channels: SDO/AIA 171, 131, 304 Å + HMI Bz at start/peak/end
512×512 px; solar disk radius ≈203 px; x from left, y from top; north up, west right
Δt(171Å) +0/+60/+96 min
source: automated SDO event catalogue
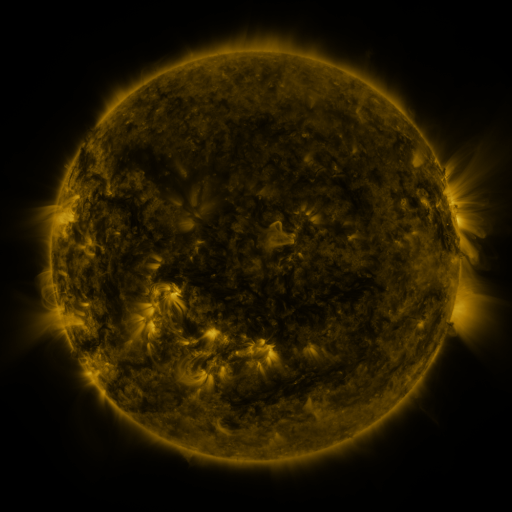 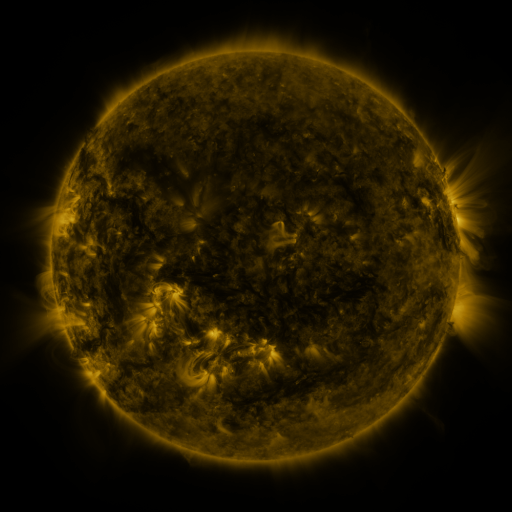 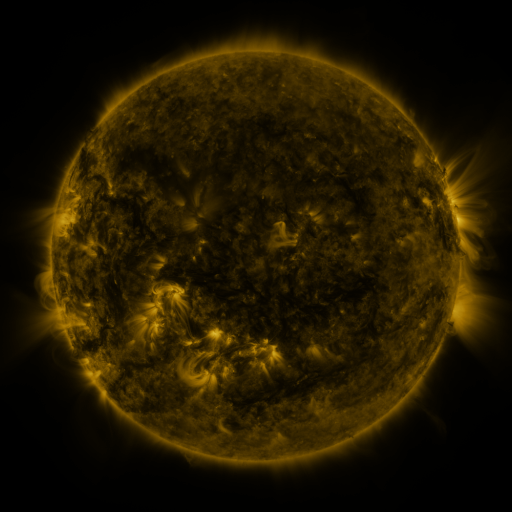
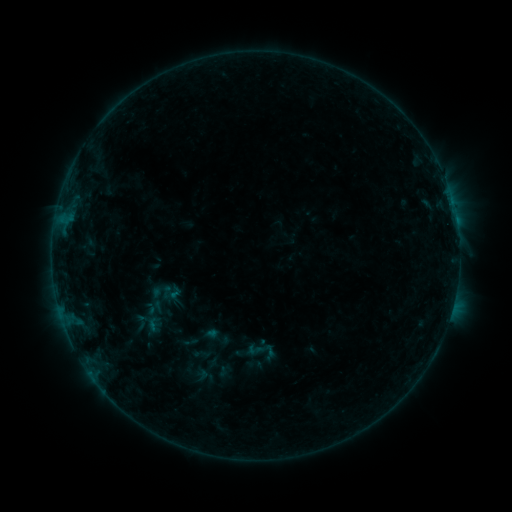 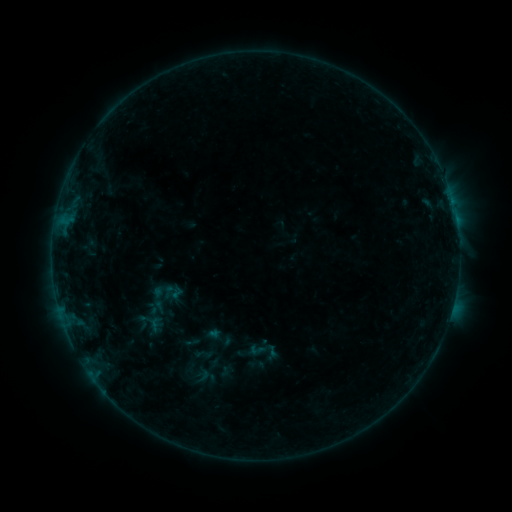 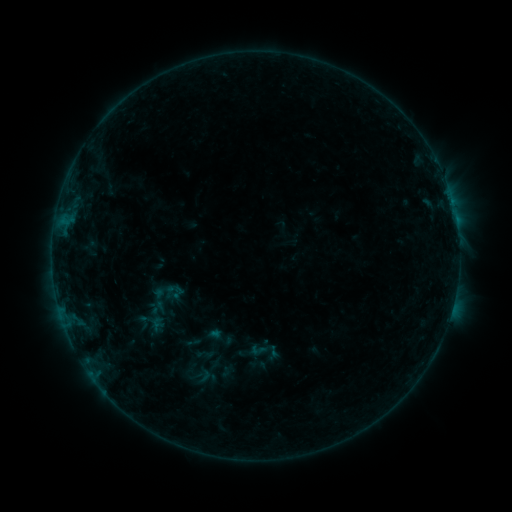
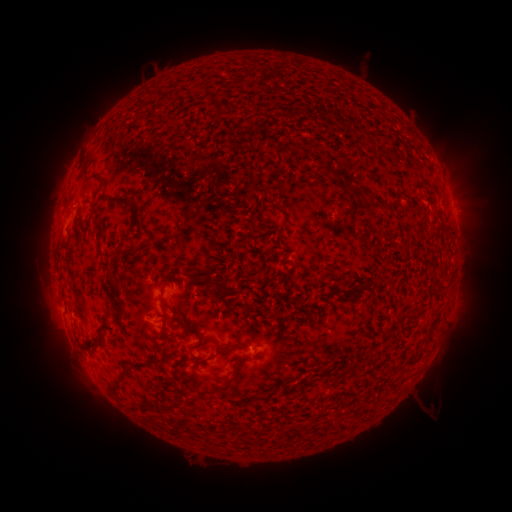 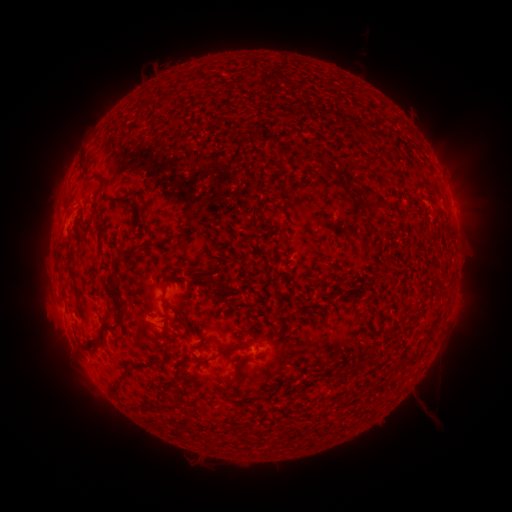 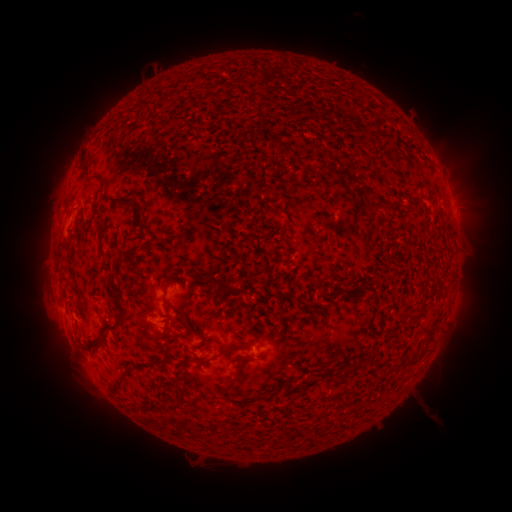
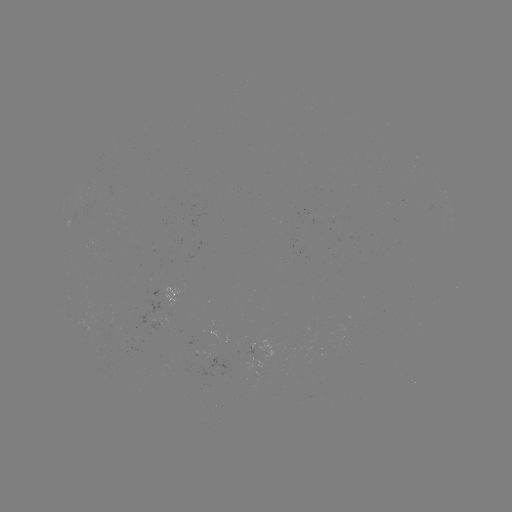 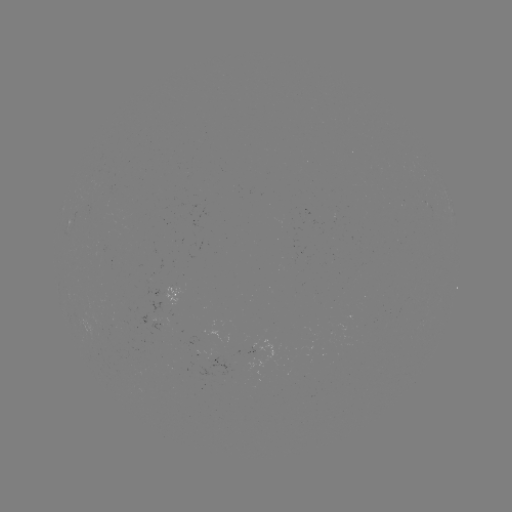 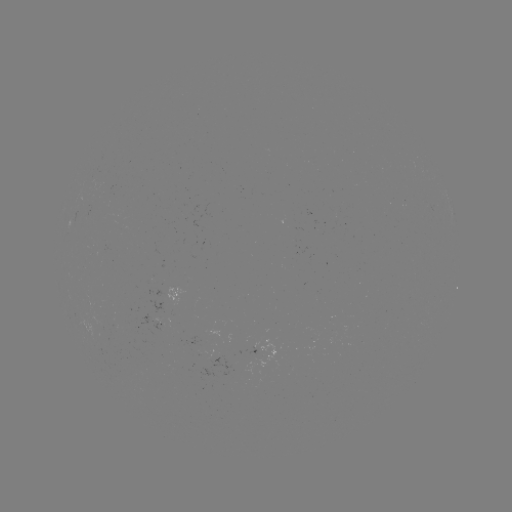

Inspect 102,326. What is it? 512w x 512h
emerging-flux region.